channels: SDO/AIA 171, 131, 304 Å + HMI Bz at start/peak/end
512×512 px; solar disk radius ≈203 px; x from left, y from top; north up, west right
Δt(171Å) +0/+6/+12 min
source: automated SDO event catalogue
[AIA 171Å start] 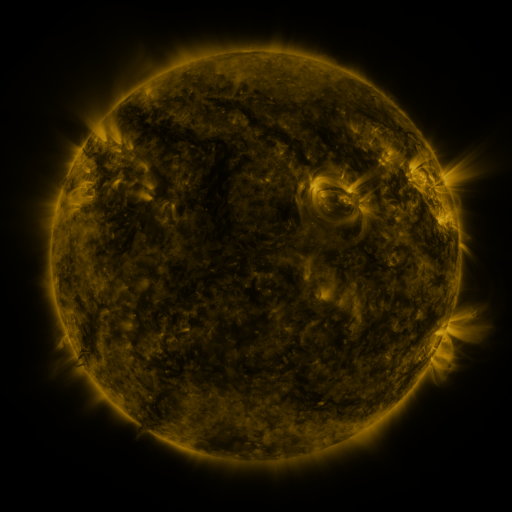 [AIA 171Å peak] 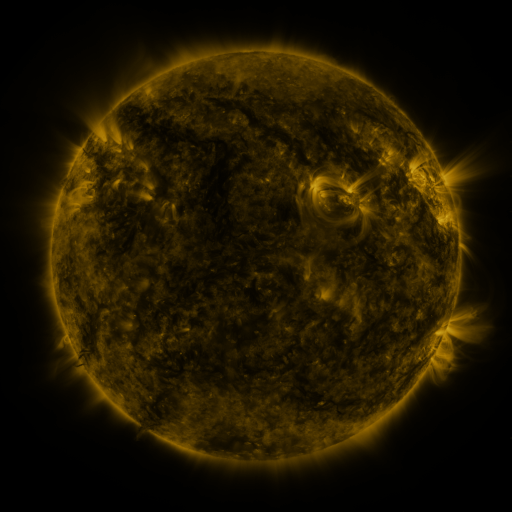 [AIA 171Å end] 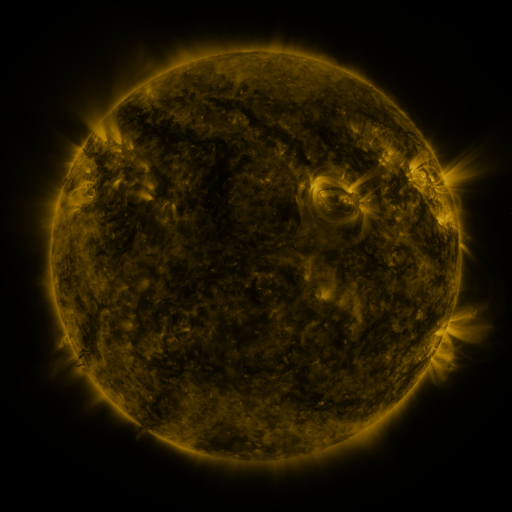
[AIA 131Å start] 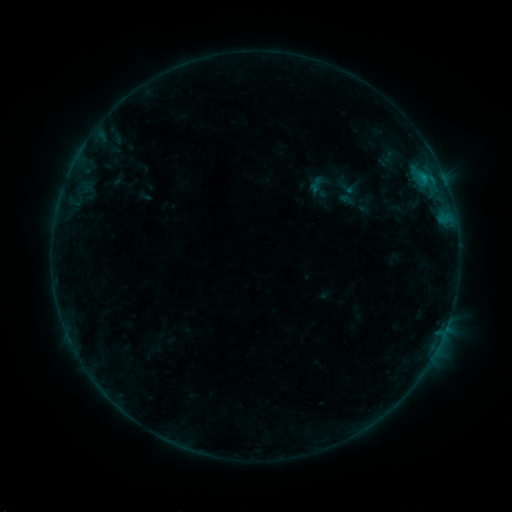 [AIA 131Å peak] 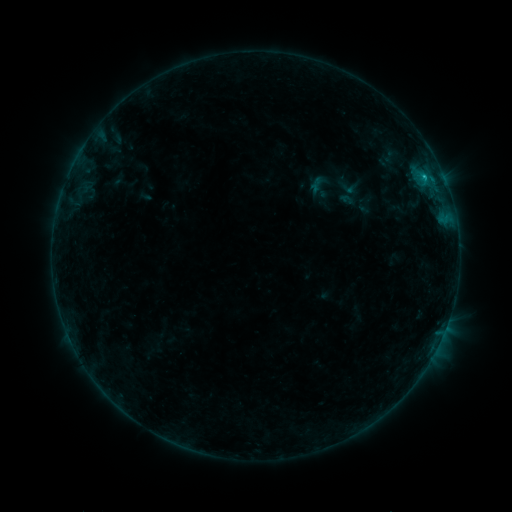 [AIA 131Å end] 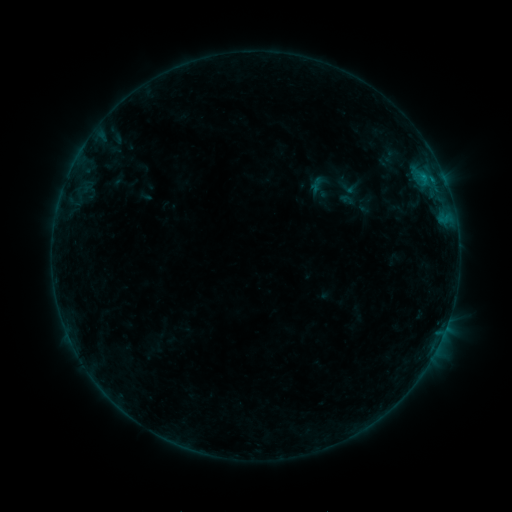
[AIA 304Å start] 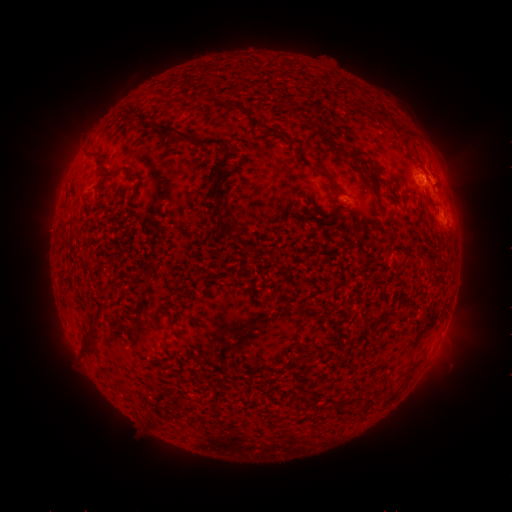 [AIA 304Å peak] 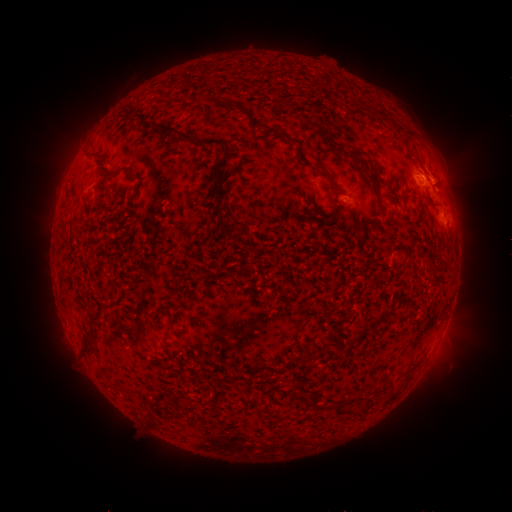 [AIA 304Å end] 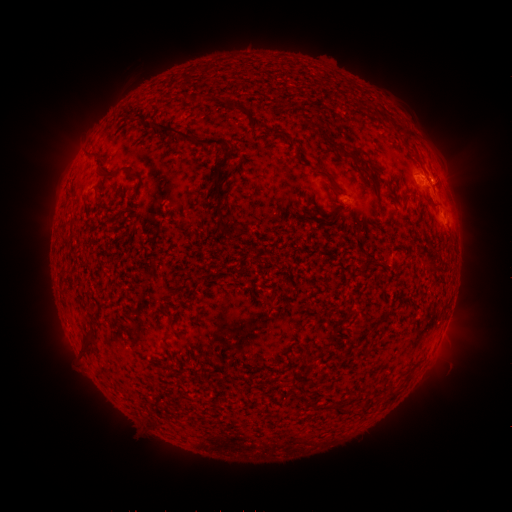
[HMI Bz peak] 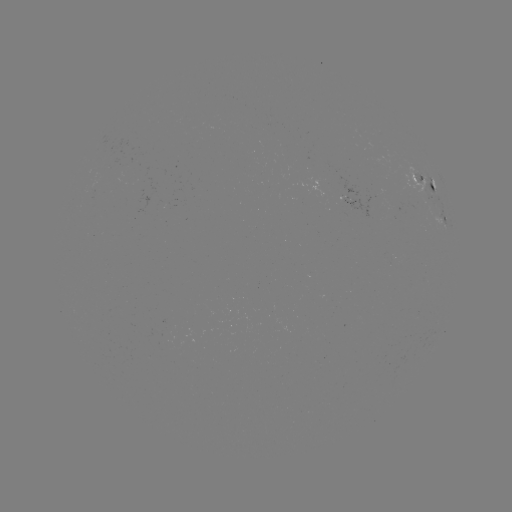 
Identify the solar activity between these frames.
B6.2 flare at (424, 179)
